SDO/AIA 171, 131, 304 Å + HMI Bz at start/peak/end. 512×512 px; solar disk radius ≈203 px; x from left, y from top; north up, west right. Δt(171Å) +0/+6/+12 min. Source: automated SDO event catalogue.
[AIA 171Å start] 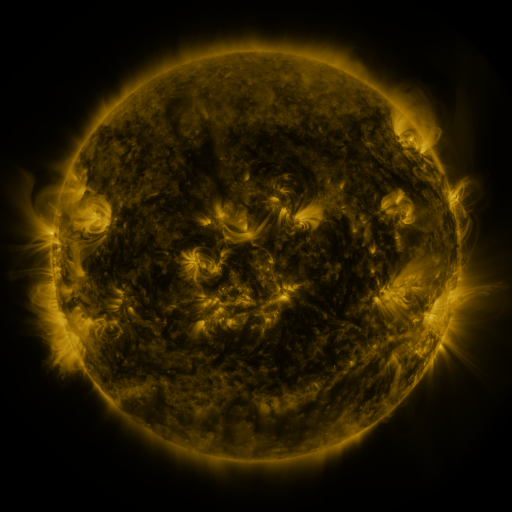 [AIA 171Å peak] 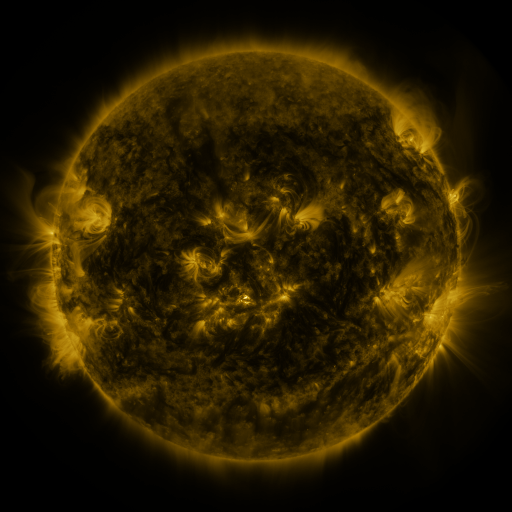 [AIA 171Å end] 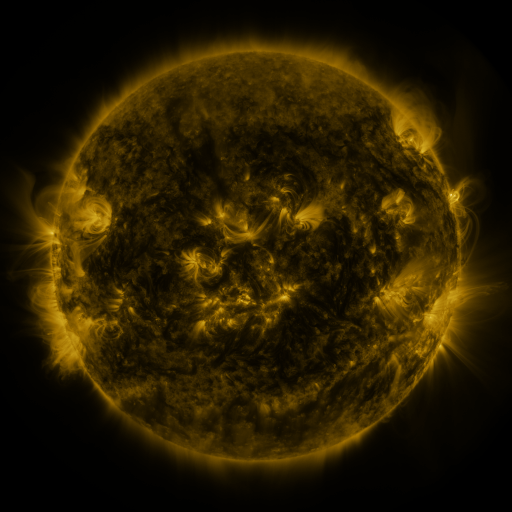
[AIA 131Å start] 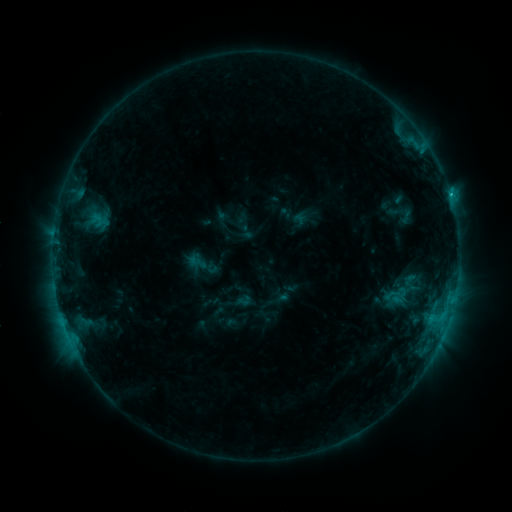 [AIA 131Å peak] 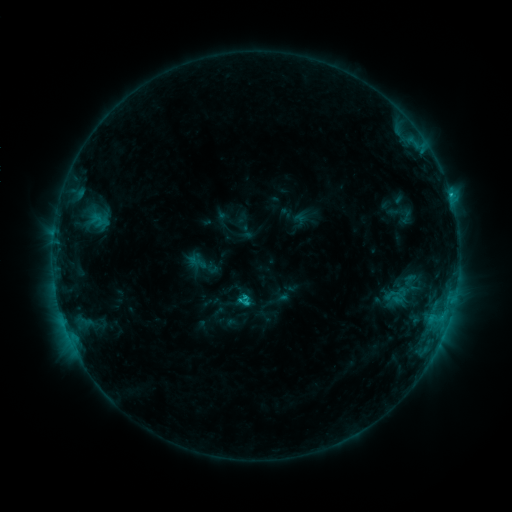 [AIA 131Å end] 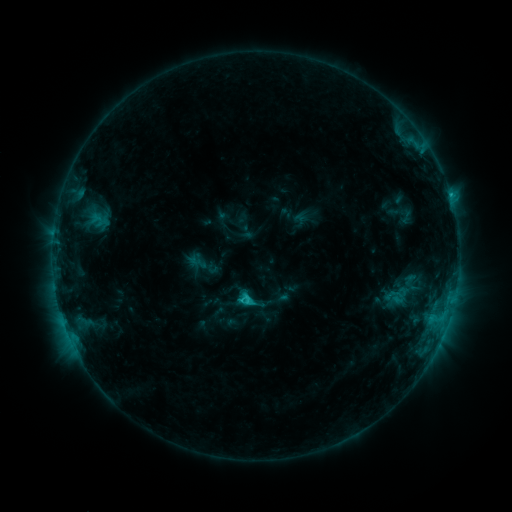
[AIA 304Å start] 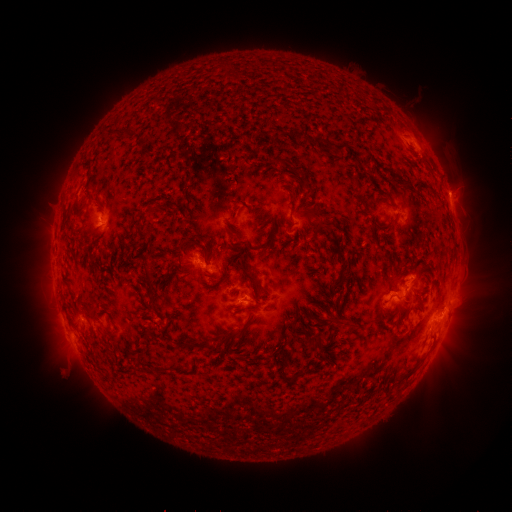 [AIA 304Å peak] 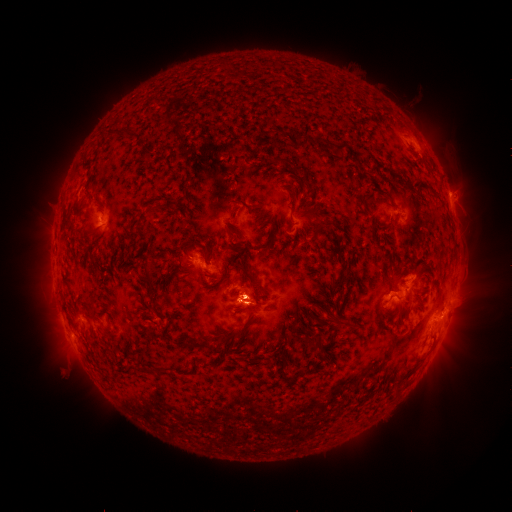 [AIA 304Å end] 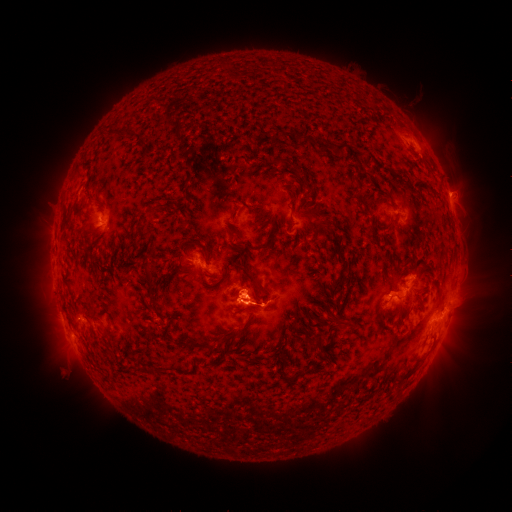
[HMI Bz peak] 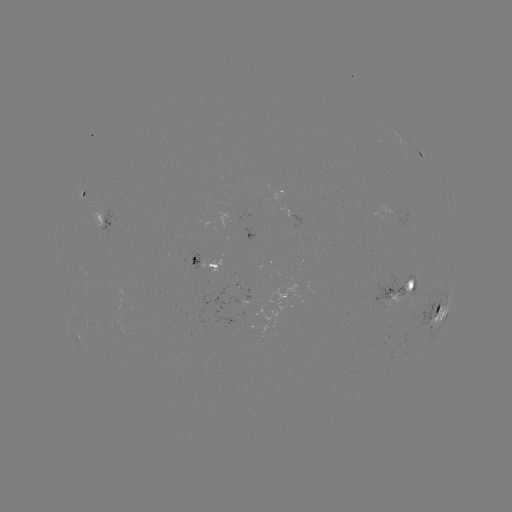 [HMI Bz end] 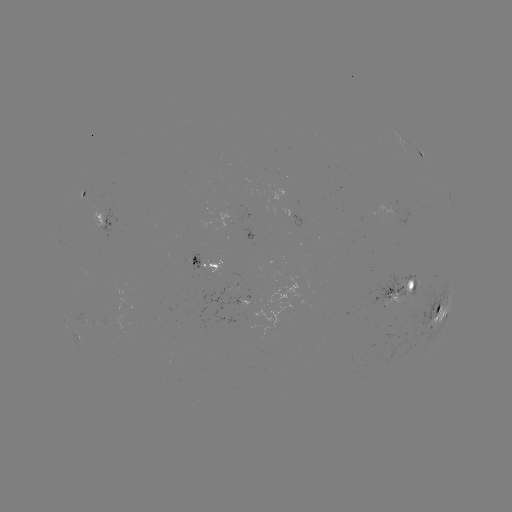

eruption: (234, 270, 281, 331)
